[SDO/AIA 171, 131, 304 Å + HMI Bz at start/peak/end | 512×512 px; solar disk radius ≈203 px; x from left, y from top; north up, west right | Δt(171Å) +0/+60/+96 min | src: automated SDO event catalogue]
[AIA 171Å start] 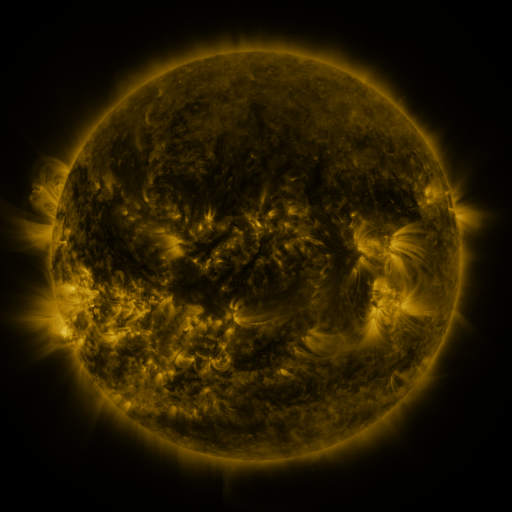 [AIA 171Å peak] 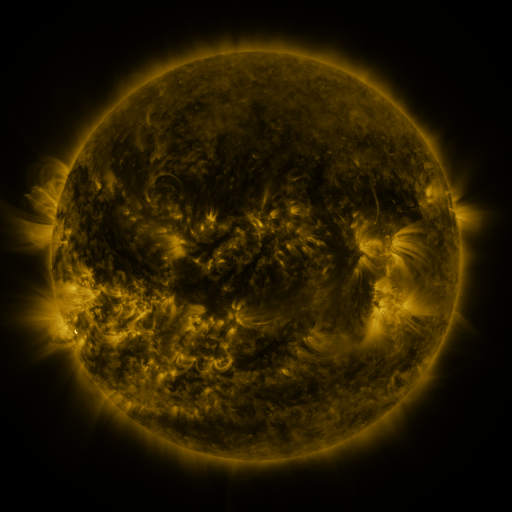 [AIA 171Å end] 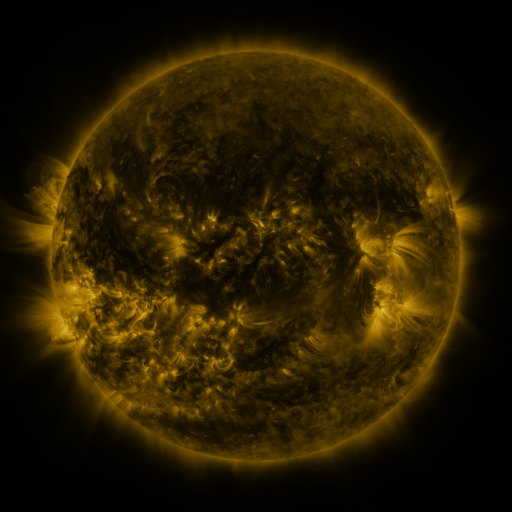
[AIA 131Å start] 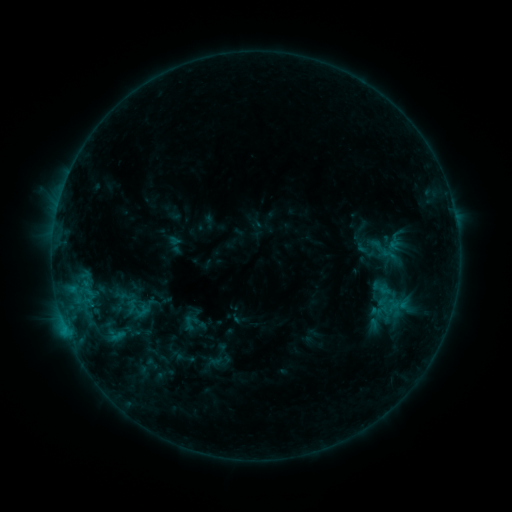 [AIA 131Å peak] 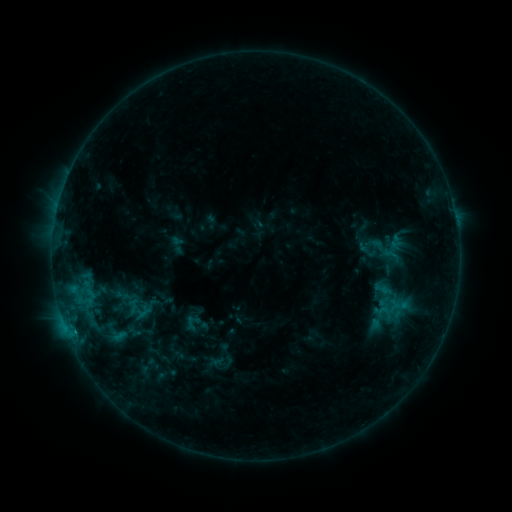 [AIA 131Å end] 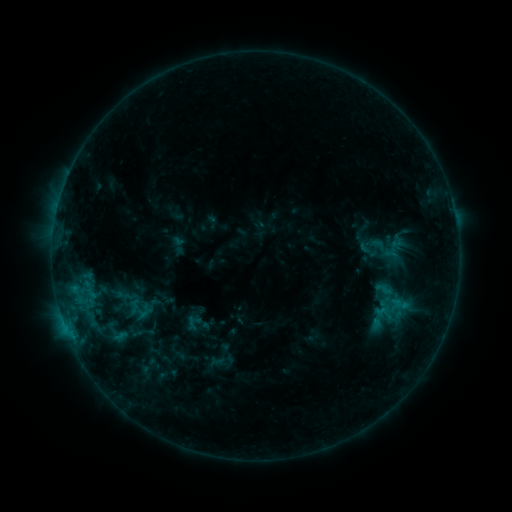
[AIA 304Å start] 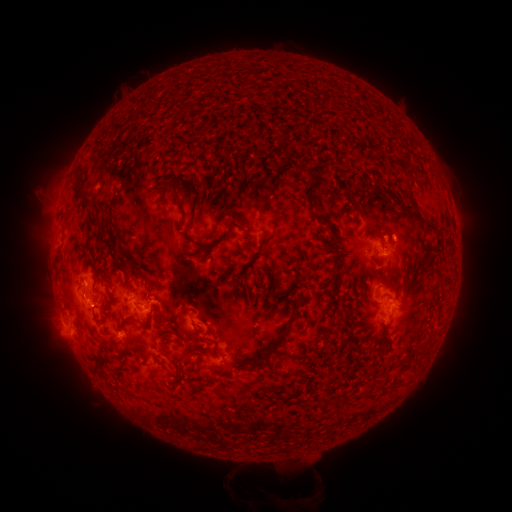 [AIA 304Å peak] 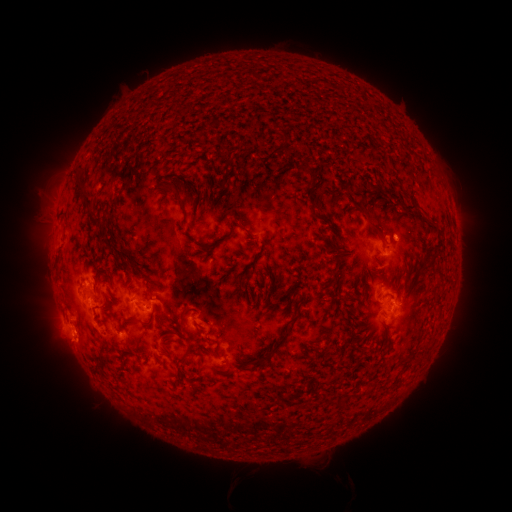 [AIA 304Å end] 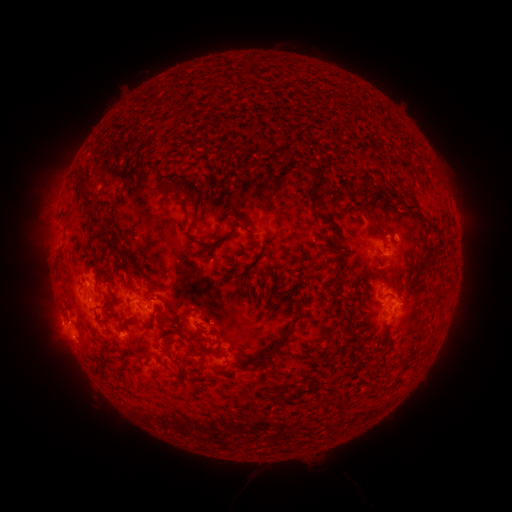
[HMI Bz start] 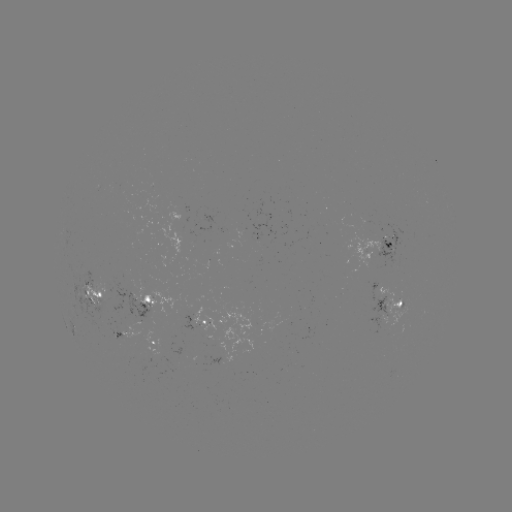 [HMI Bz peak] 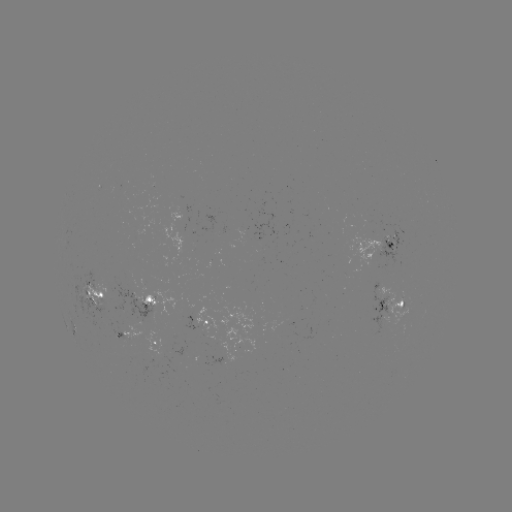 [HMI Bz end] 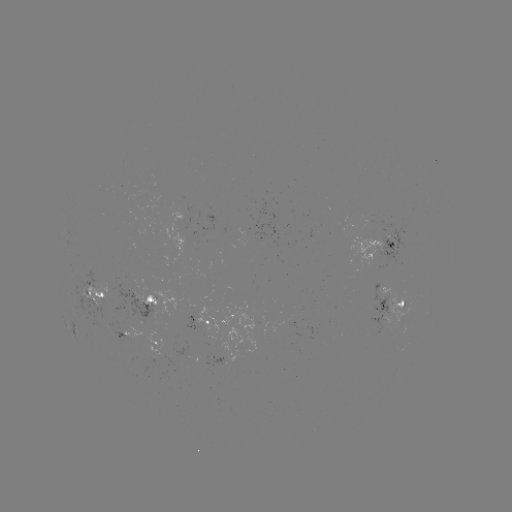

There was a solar emerging-flux region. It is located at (159, 339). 